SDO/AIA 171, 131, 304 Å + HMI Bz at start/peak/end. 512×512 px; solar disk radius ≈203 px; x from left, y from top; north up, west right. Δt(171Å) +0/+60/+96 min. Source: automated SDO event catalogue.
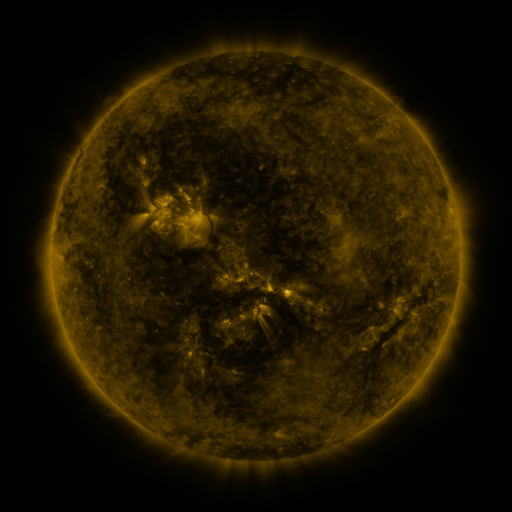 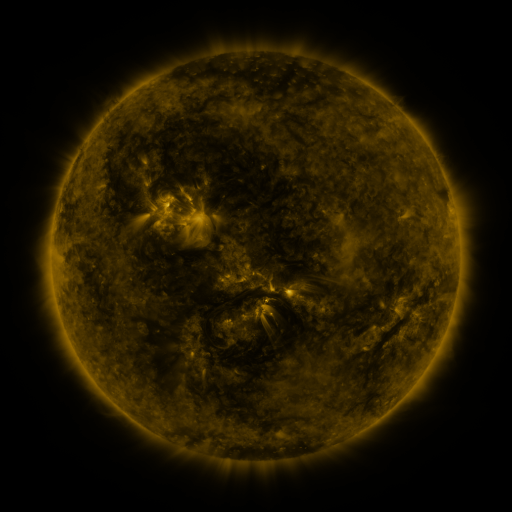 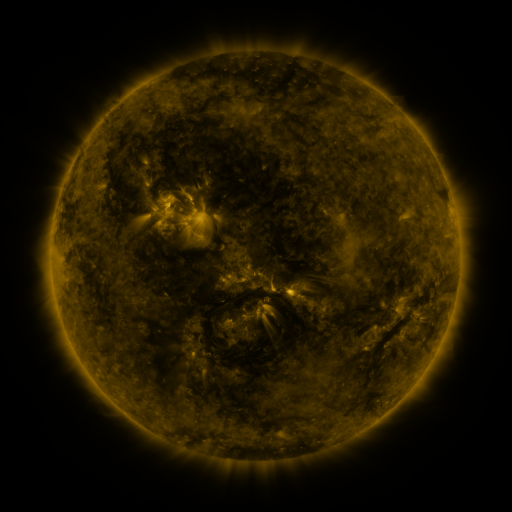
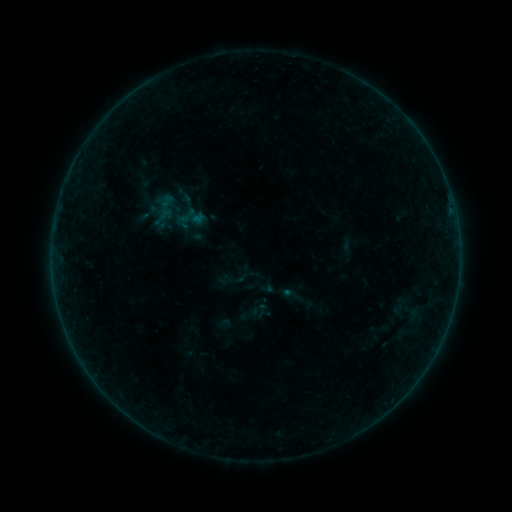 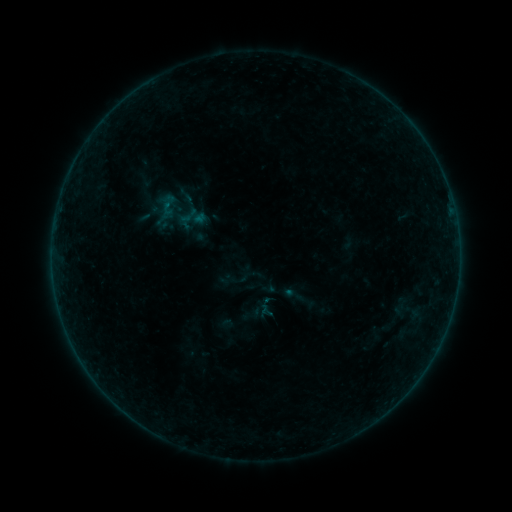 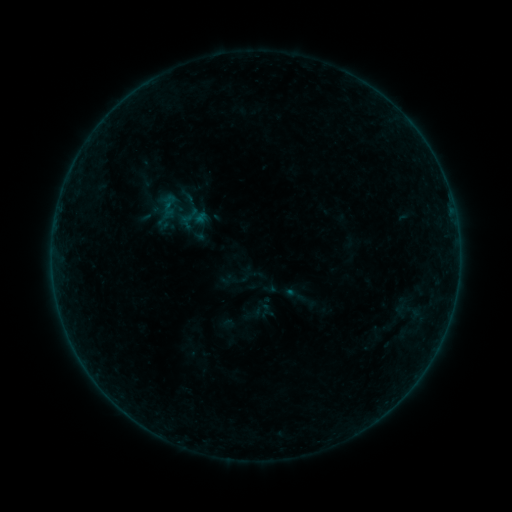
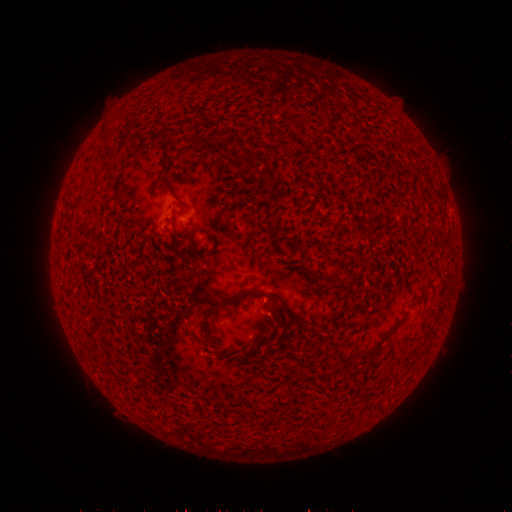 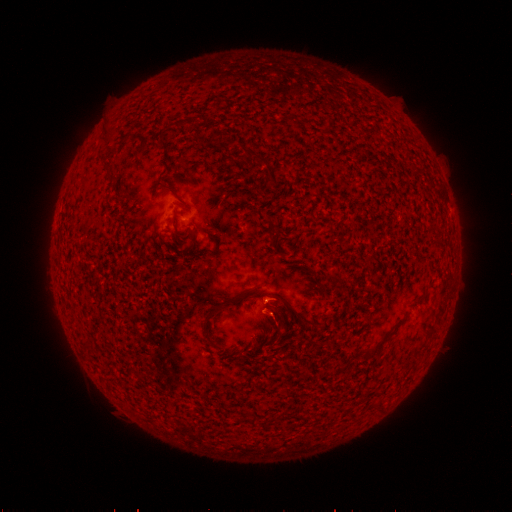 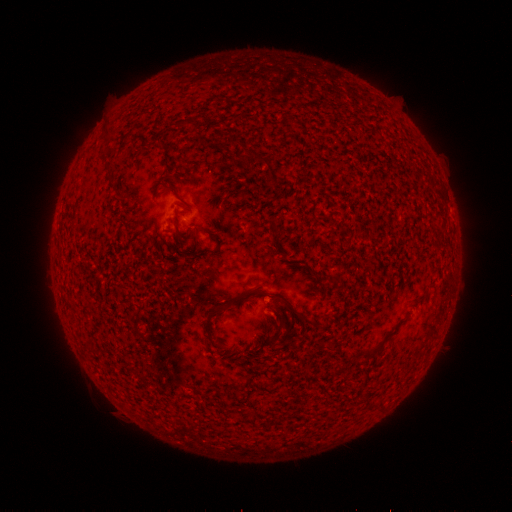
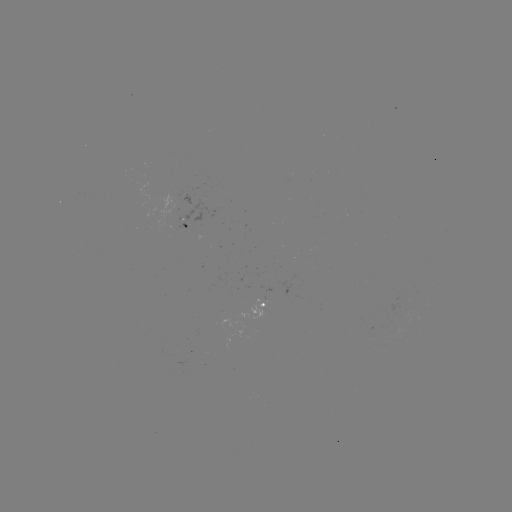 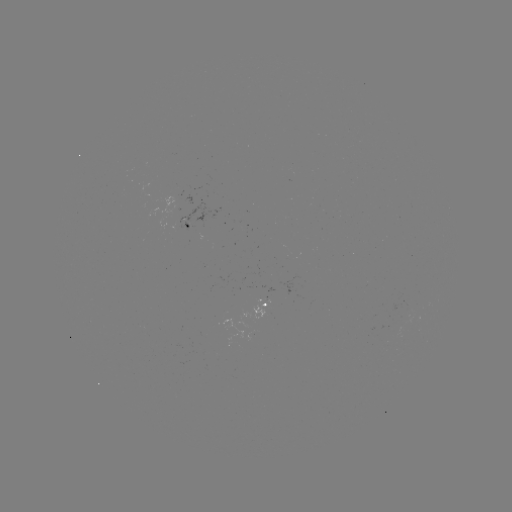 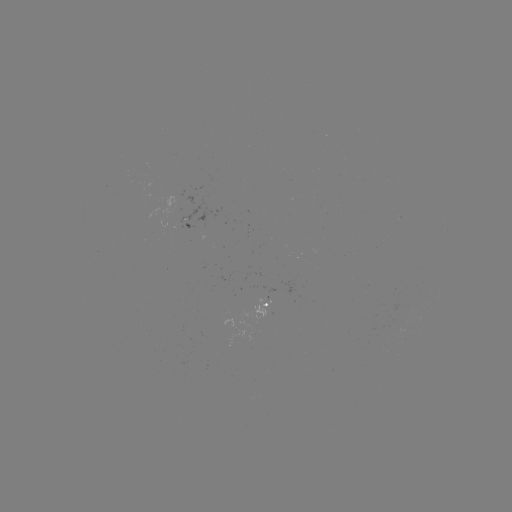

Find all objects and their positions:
emerging-flux region: (406, 307)
